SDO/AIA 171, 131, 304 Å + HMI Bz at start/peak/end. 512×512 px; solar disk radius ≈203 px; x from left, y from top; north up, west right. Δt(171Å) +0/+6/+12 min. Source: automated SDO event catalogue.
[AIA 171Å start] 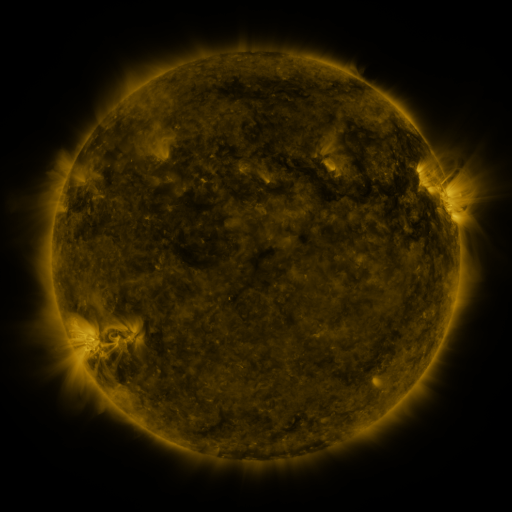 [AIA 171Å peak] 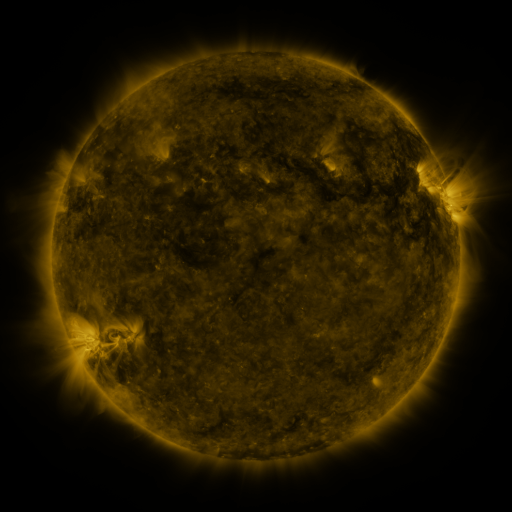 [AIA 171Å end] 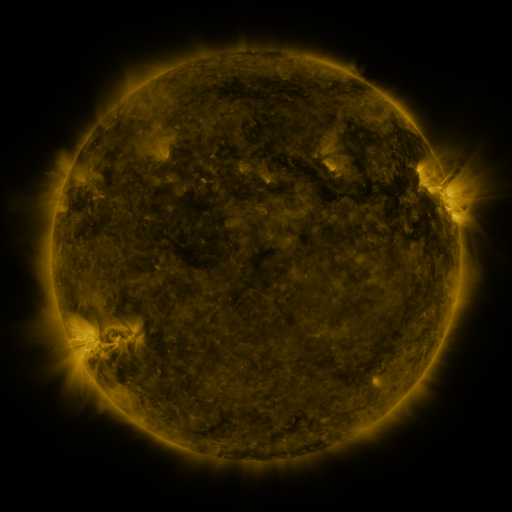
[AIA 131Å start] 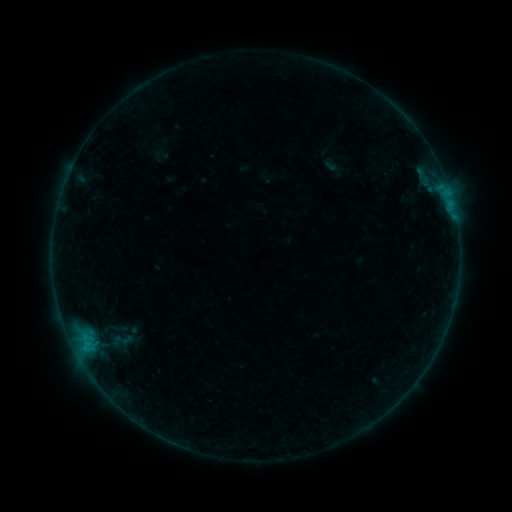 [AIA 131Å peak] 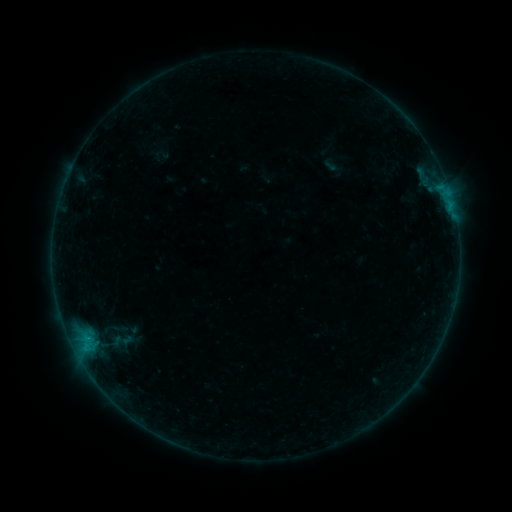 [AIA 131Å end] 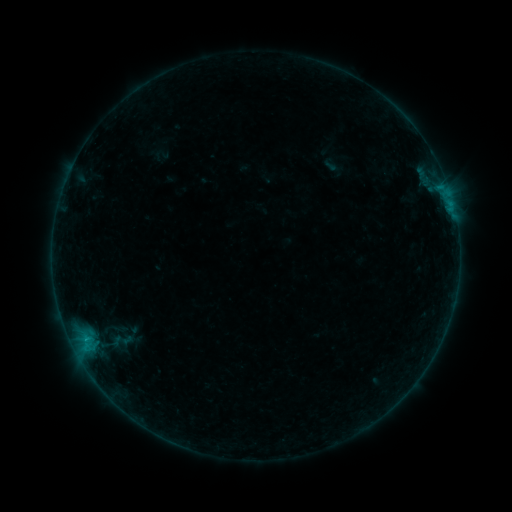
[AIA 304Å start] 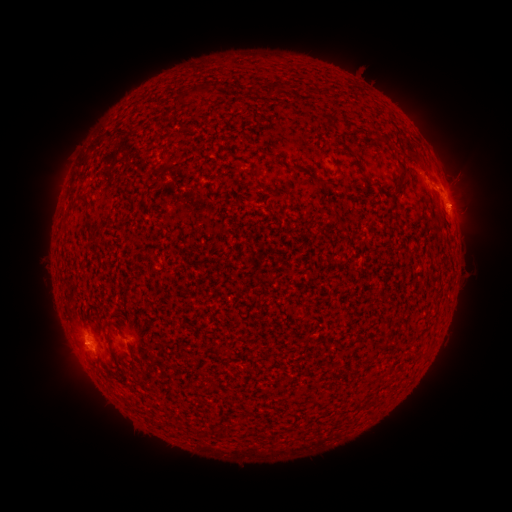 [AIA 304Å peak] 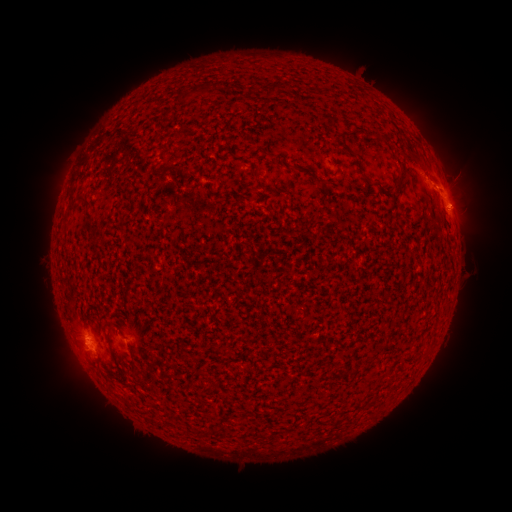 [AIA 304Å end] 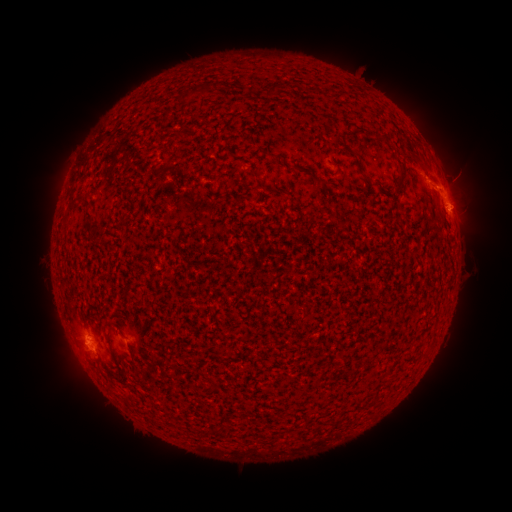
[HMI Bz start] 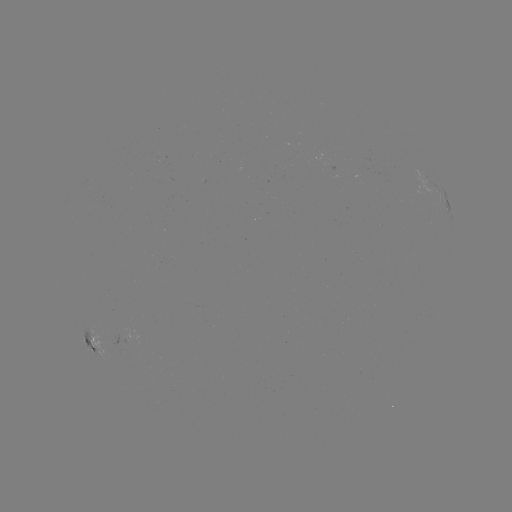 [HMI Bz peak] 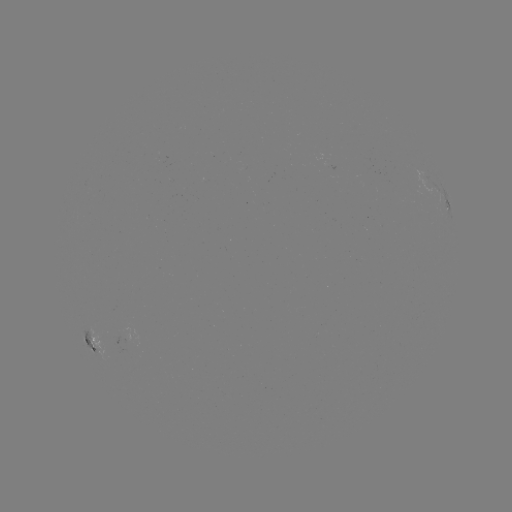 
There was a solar flare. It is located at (449, 210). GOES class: B8.0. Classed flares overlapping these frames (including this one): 1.